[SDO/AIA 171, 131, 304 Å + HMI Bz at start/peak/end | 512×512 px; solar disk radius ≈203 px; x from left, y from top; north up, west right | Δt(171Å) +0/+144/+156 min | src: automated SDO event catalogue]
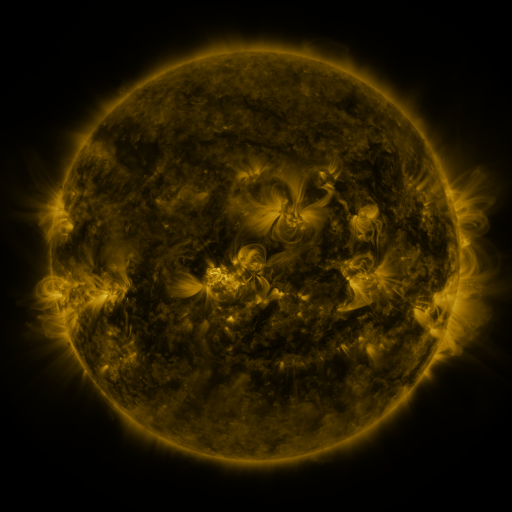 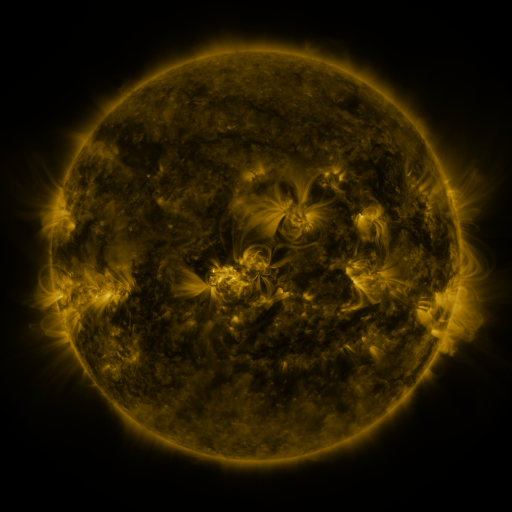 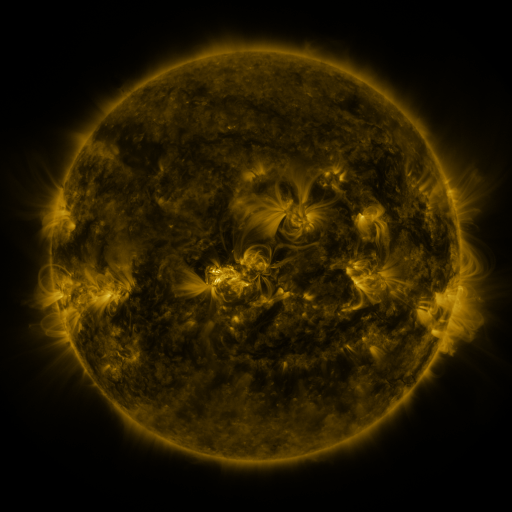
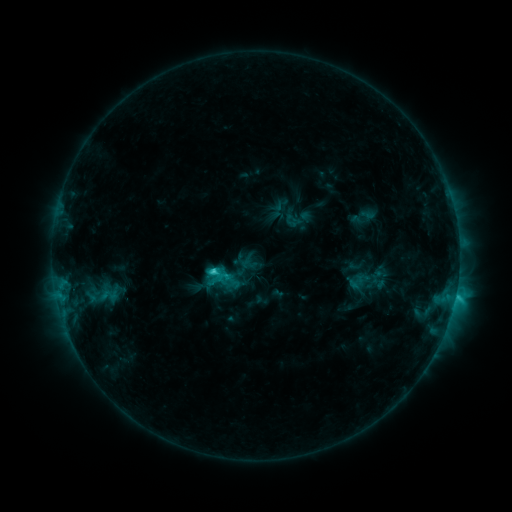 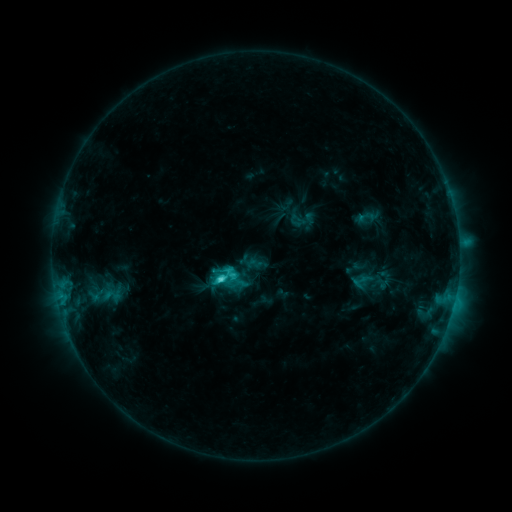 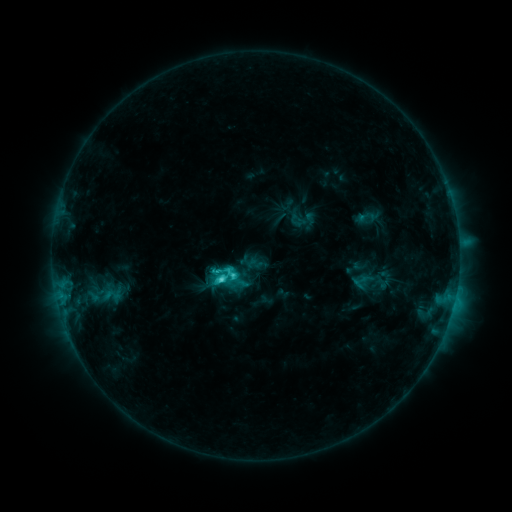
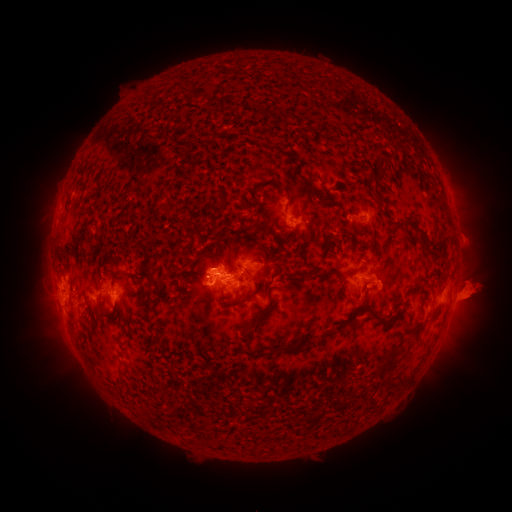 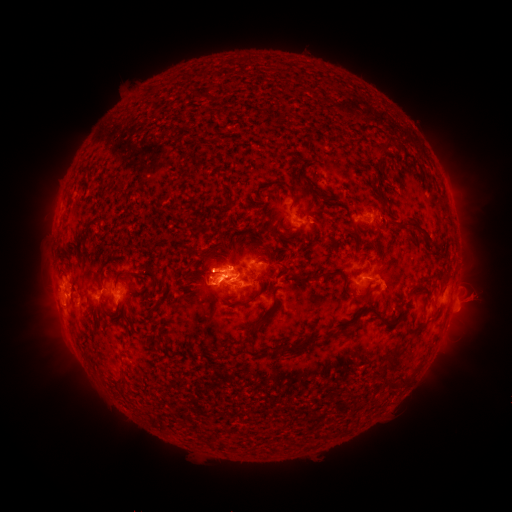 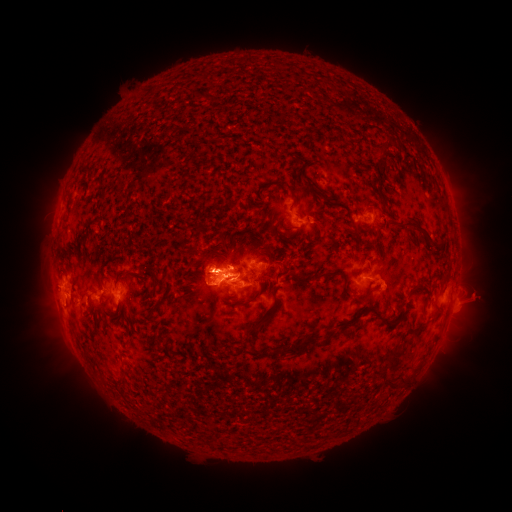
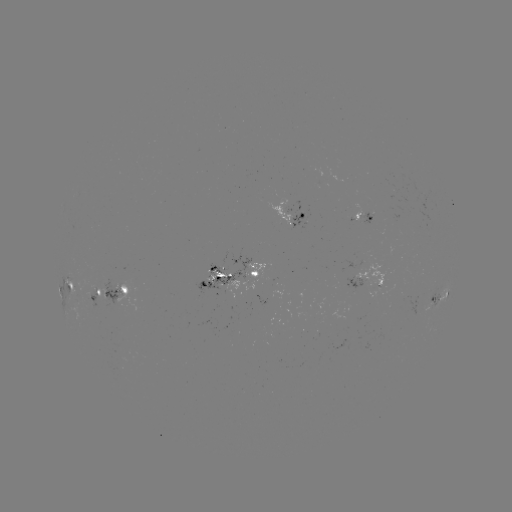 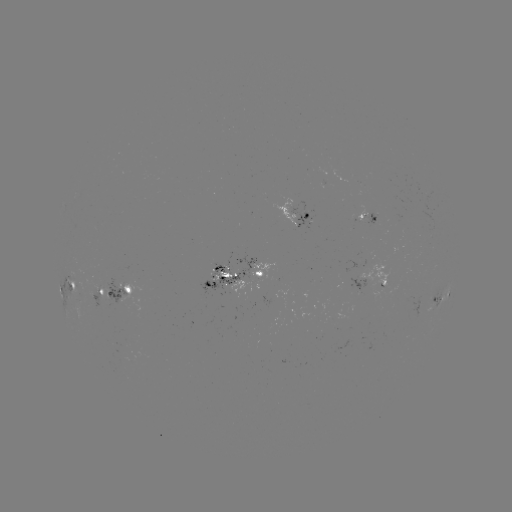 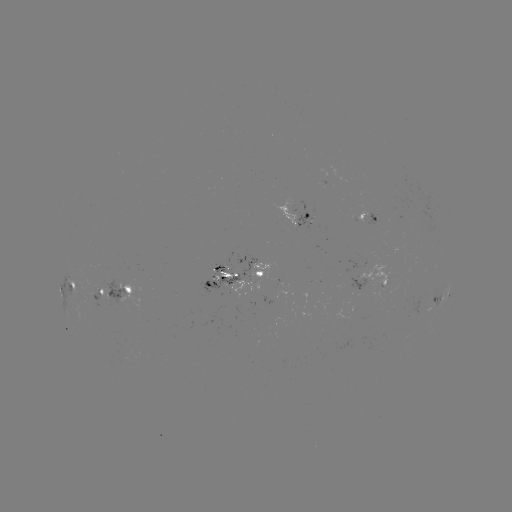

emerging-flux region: (349, 278, 369, 293)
